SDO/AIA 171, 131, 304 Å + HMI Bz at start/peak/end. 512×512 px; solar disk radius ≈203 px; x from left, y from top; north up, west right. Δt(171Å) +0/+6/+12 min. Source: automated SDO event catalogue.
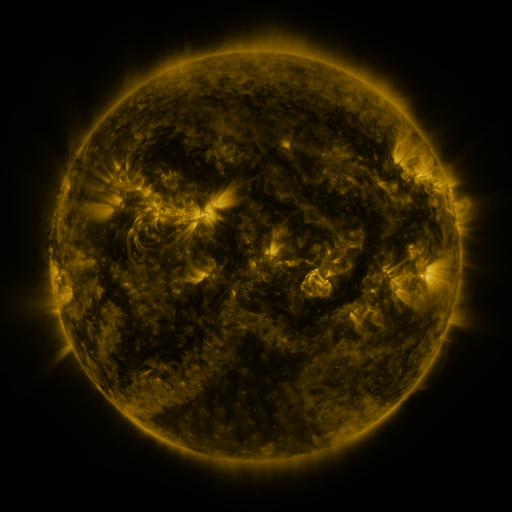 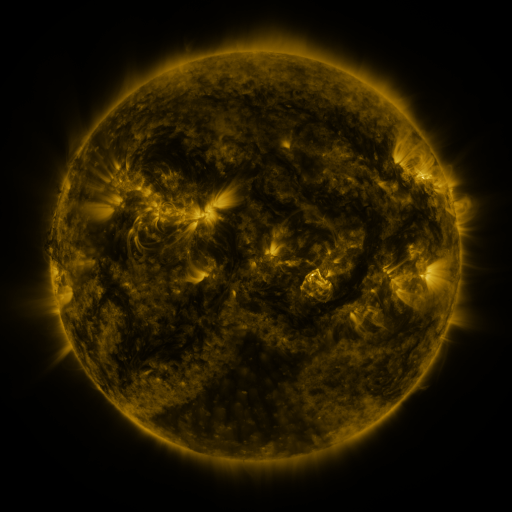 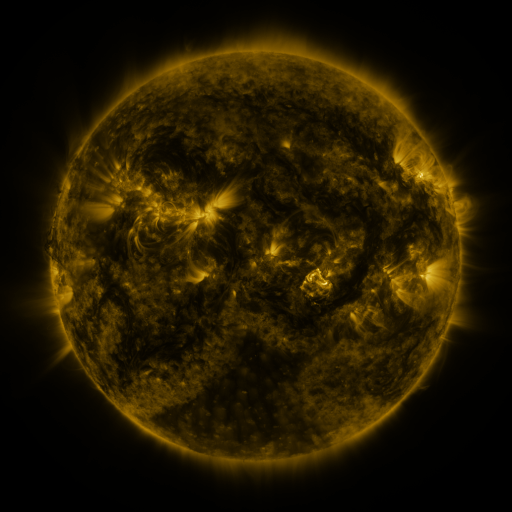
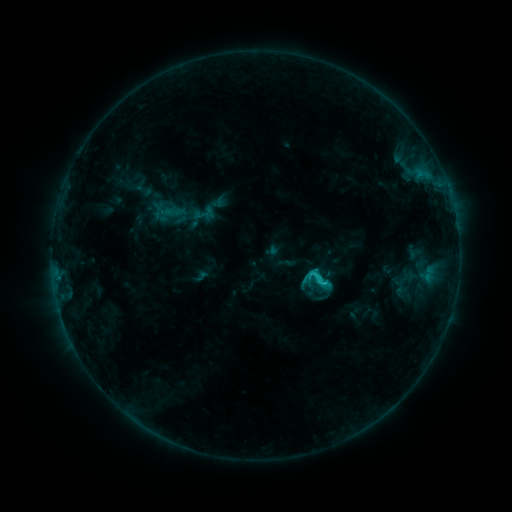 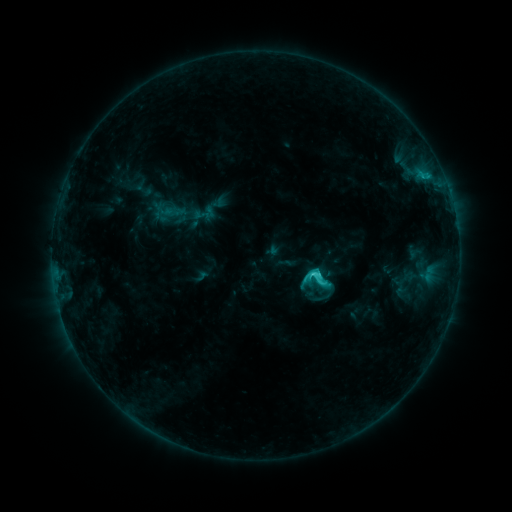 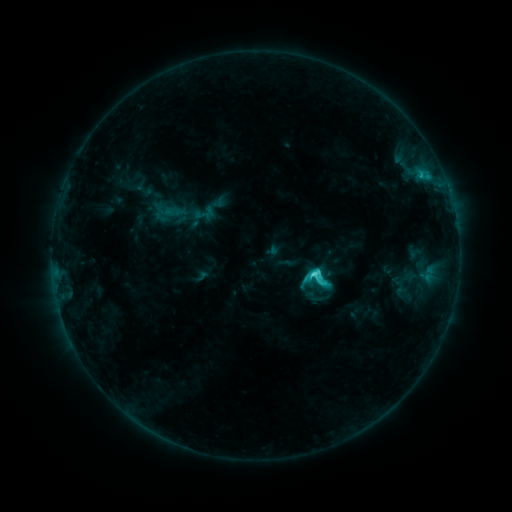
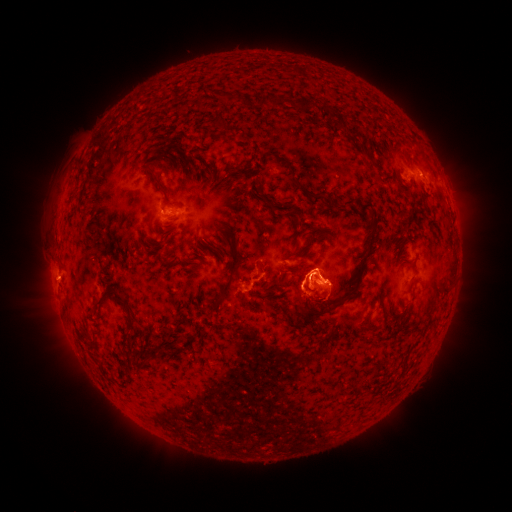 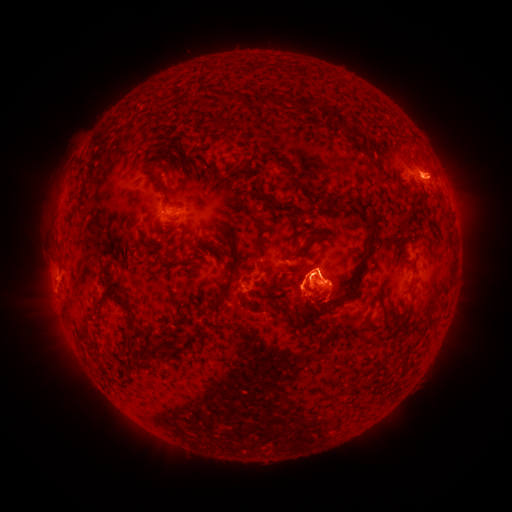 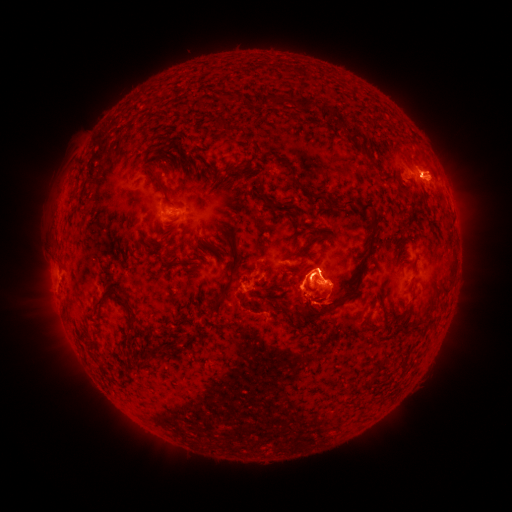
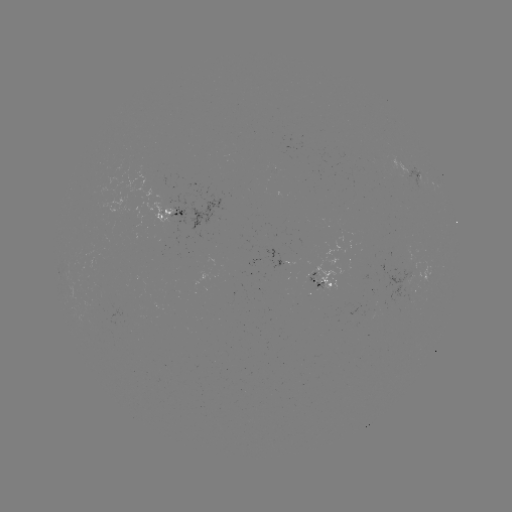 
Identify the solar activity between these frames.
eruption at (442, 176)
